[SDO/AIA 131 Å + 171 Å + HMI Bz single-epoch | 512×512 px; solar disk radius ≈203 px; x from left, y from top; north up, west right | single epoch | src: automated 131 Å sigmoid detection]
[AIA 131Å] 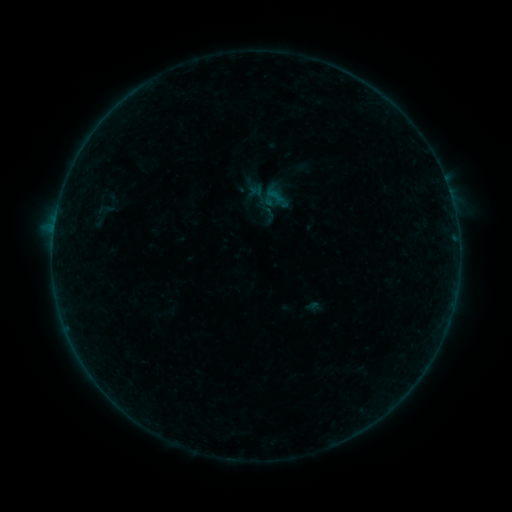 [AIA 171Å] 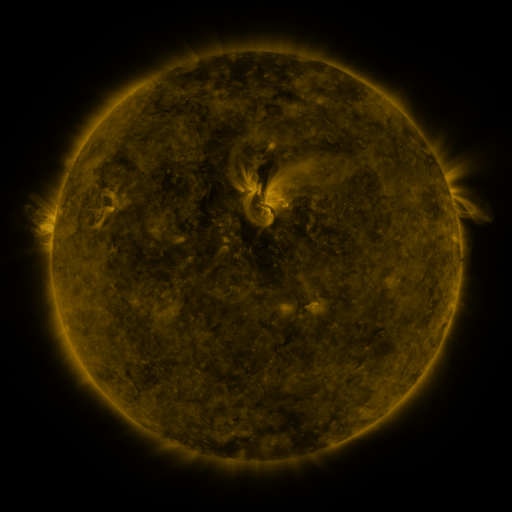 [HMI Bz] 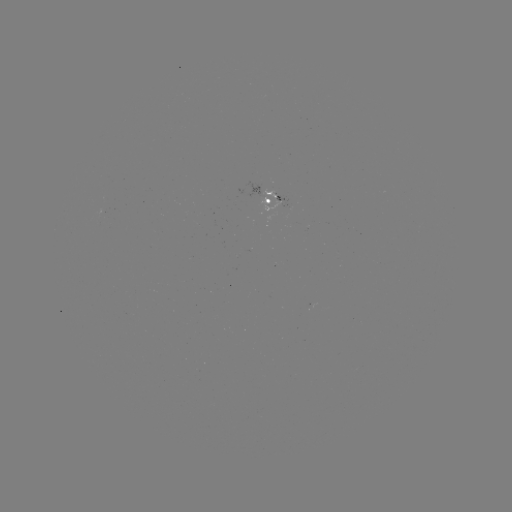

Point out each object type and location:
sigmoid: (105, 209)
